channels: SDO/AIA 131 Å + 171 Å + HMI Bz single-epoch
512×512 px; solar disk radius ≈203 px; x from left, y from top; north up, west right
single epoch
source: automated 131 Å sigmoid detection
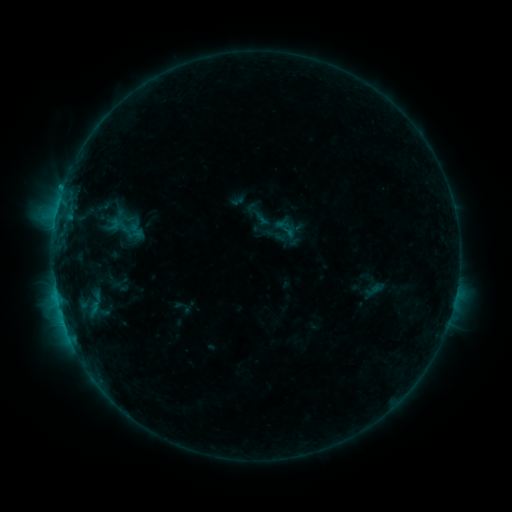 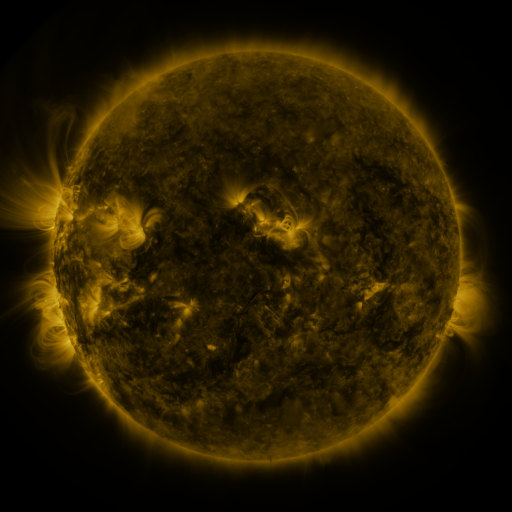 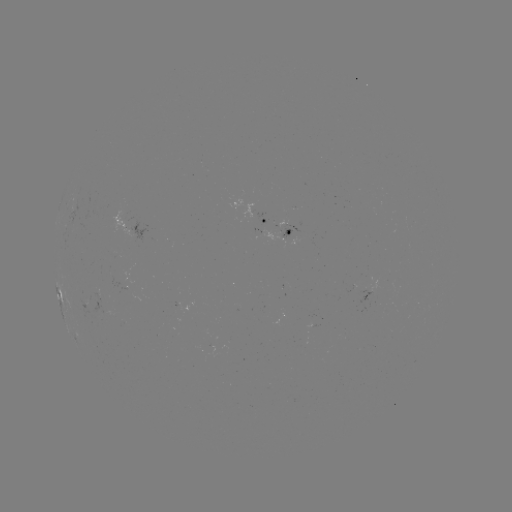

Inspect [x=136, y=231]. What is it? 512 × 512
sigmoid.